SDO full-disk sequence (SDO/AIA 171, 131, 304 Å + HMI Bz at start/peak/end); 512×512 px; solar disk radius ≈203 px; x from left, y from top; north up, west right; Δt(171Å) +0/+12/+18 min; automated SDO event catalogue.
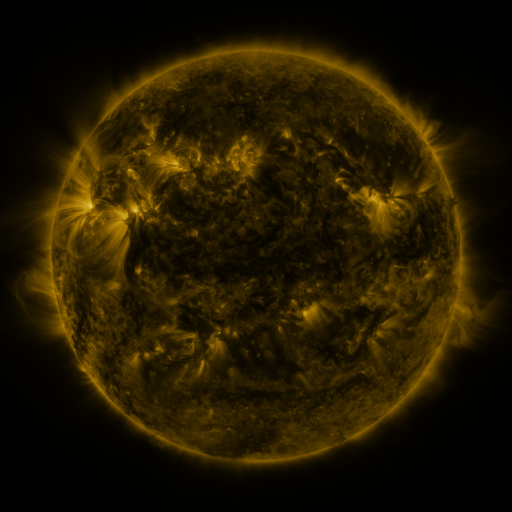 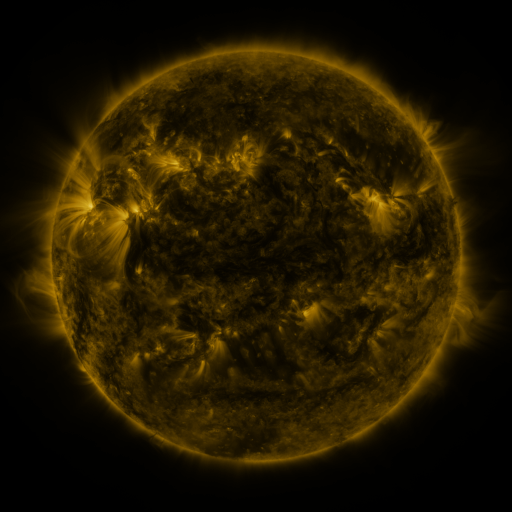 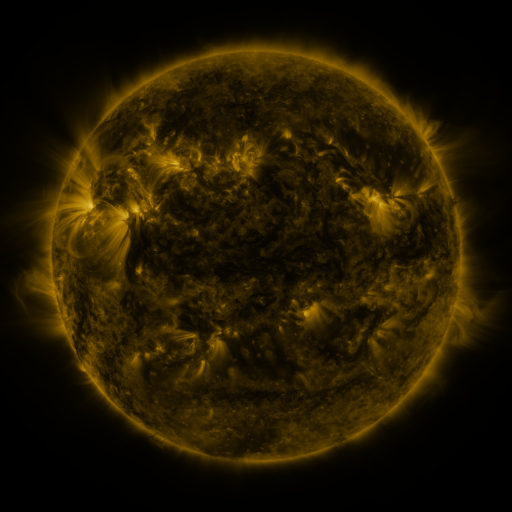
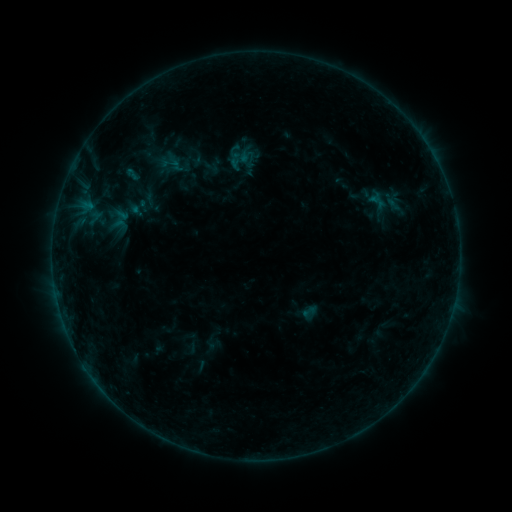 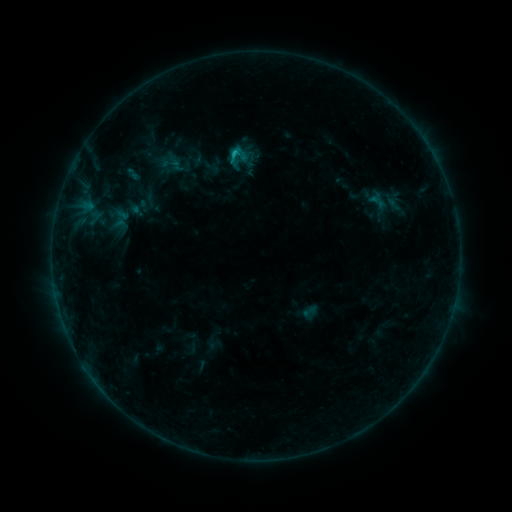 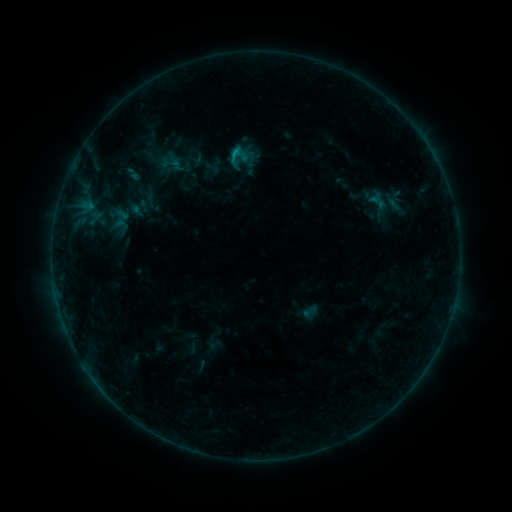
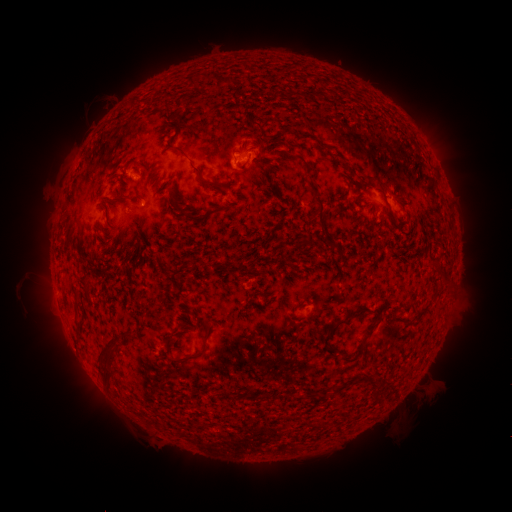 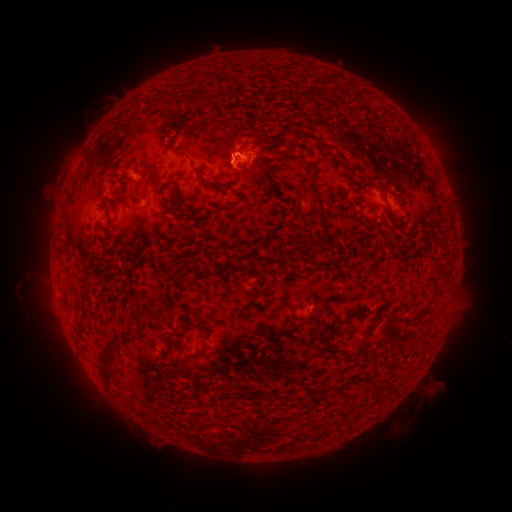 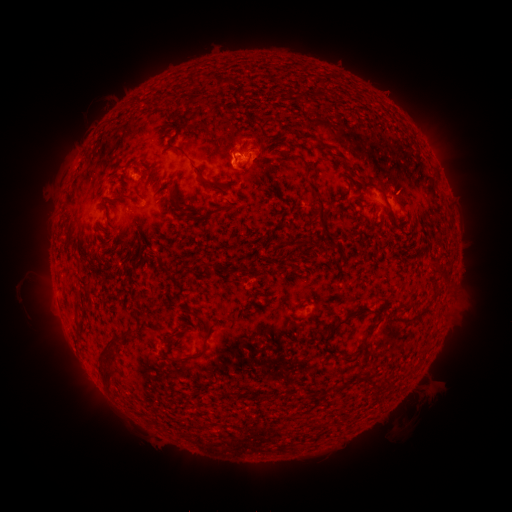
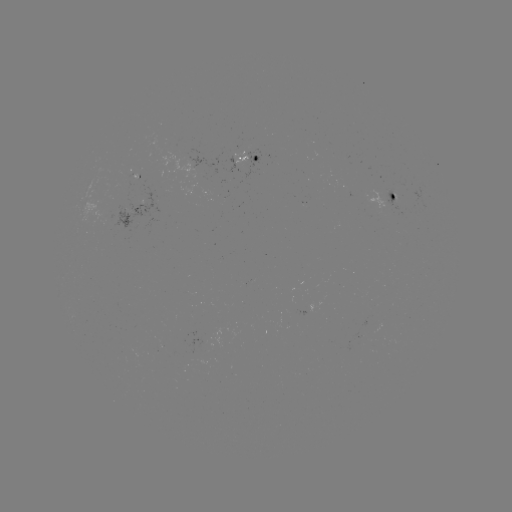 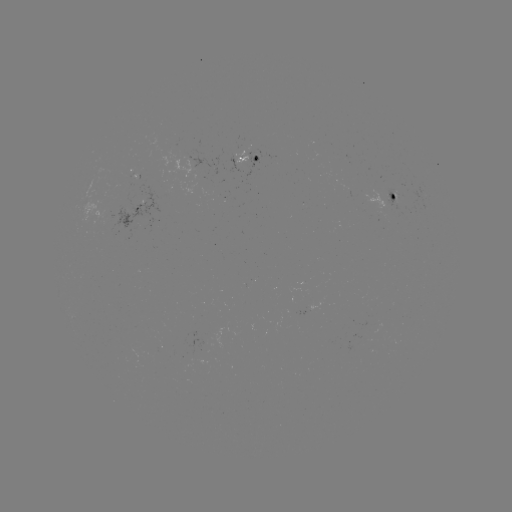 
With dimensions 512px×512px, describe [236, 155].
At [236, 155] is B6.6 flare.